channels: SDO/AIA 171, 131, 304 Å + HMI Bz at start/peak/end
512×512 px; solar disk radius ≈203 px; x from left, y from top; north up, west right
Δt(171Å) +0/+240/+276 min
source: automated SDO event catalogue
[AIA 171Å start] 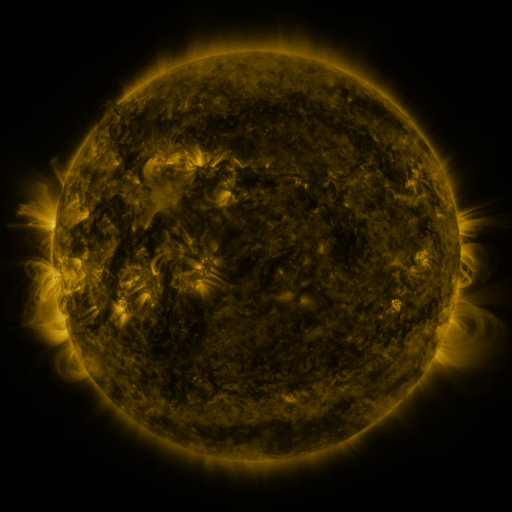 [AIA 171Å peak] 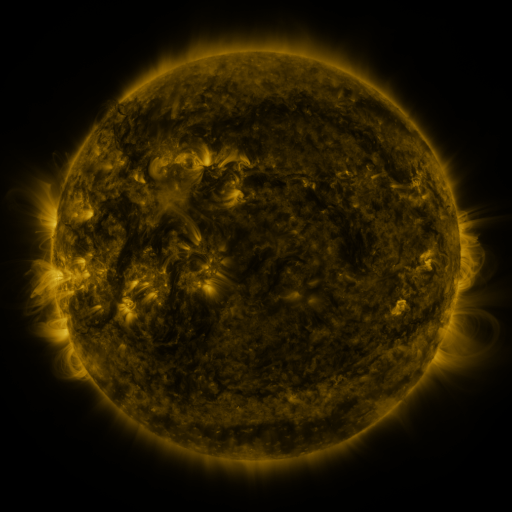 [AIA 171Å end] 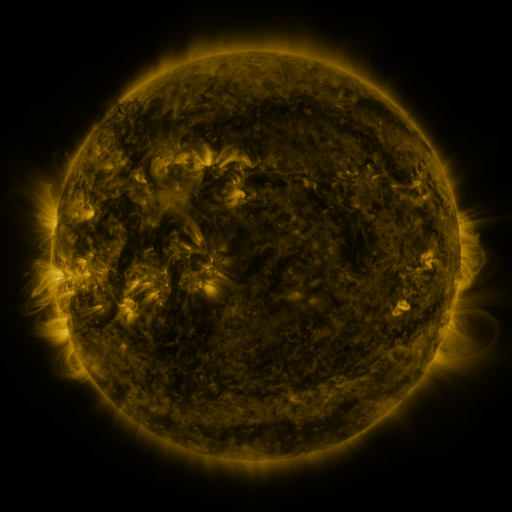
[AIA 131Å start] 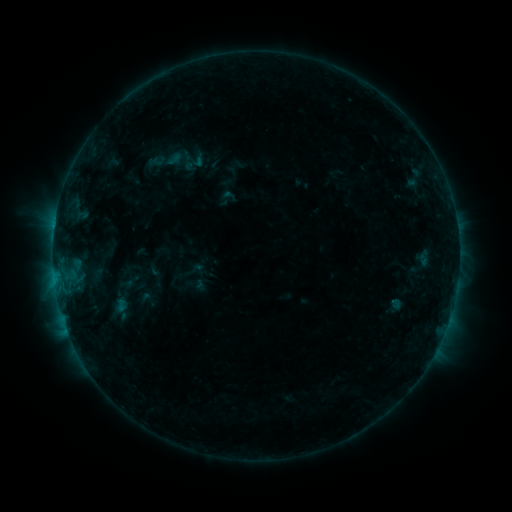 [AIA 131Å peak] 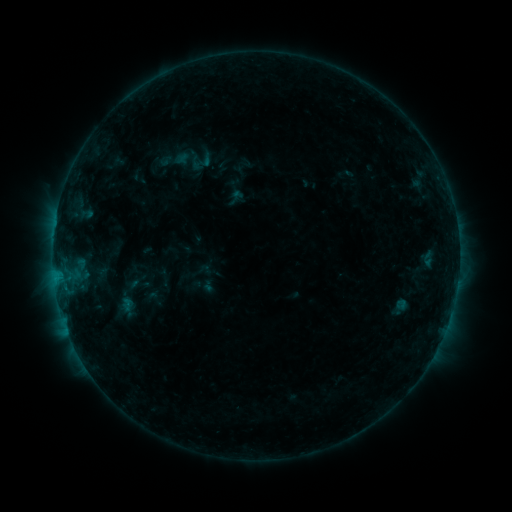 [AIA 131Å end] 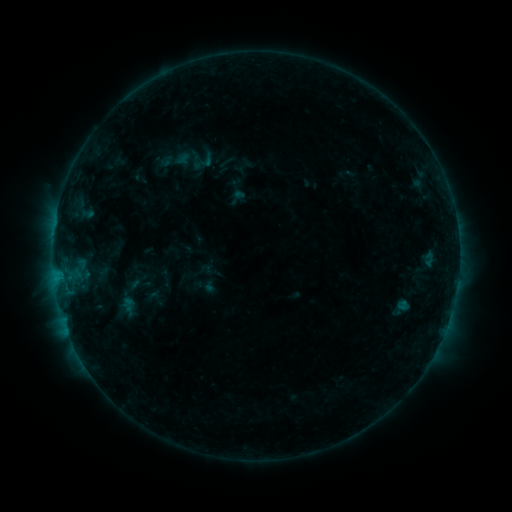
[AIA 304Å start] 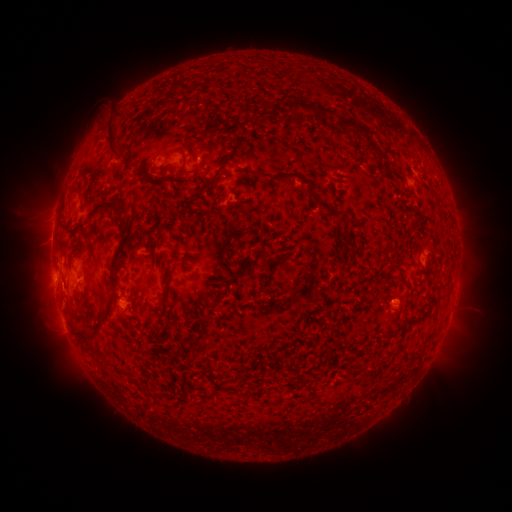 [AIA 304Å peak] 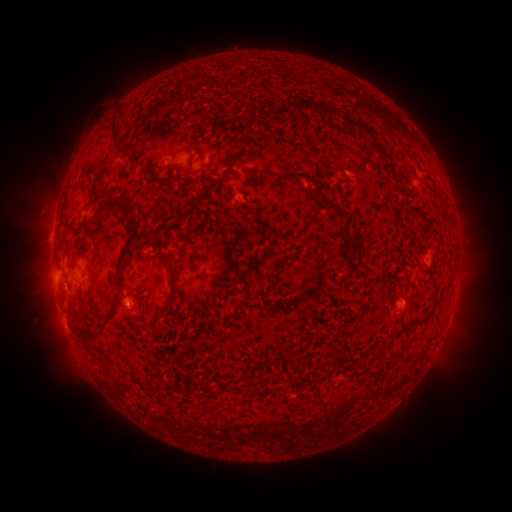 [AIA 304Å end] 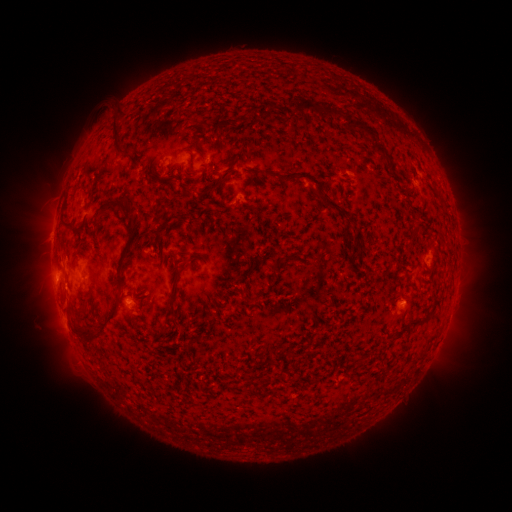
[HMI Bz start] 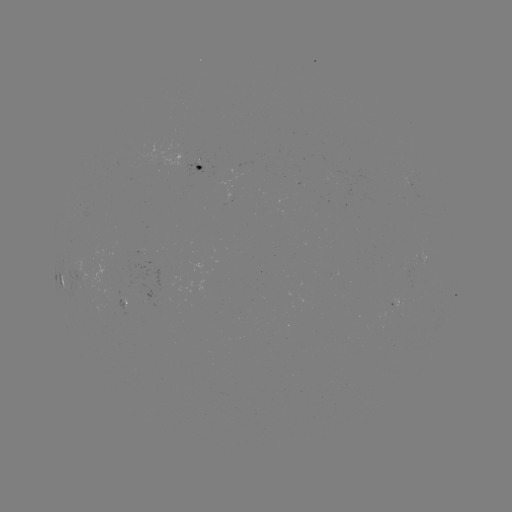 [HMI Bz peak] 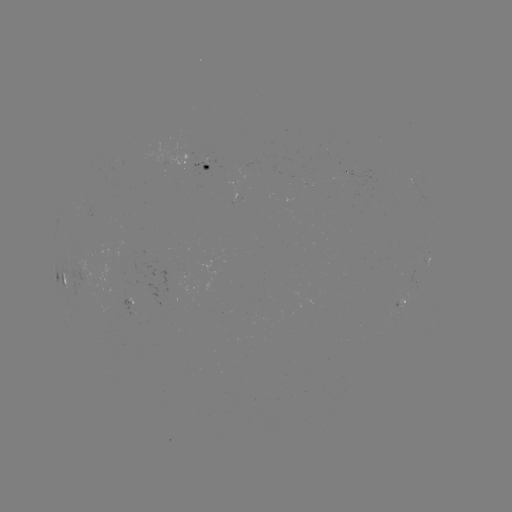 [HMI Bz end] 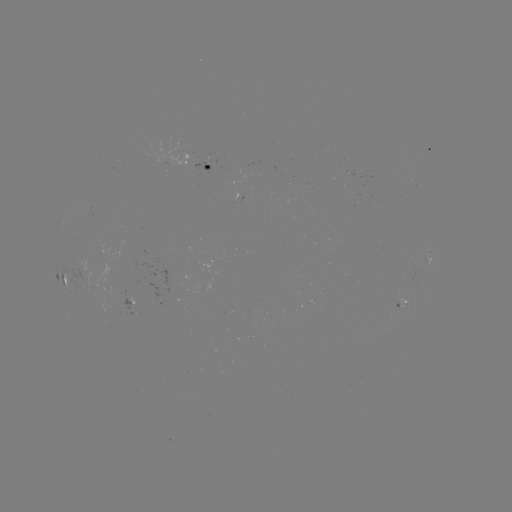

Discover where emerging-flux region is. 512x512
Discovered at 205,164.